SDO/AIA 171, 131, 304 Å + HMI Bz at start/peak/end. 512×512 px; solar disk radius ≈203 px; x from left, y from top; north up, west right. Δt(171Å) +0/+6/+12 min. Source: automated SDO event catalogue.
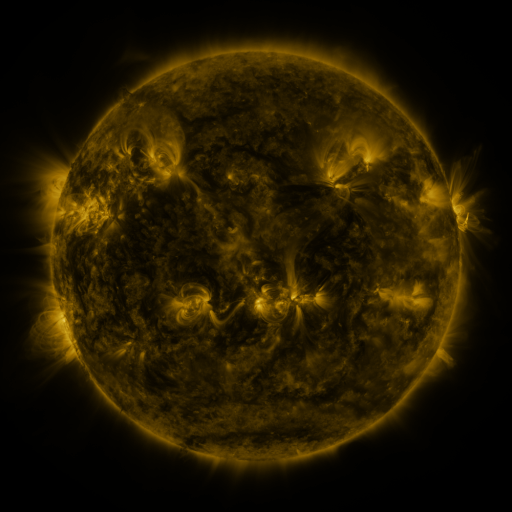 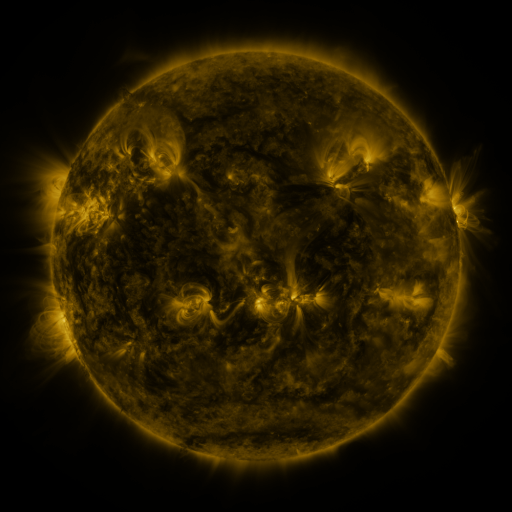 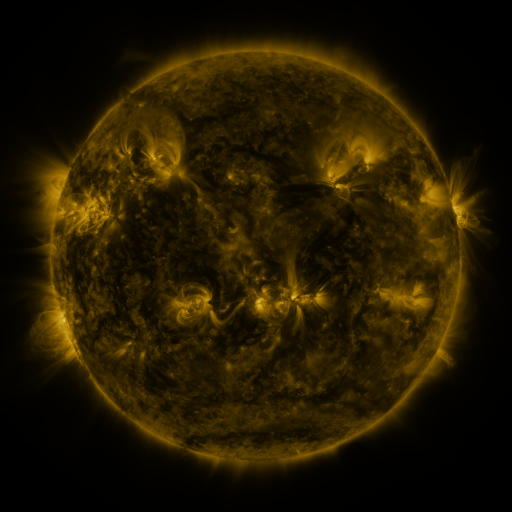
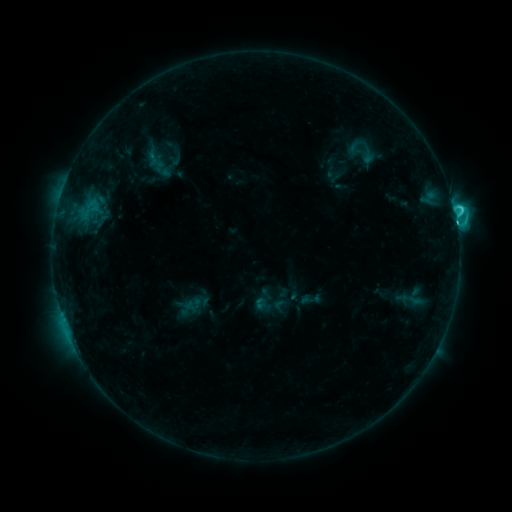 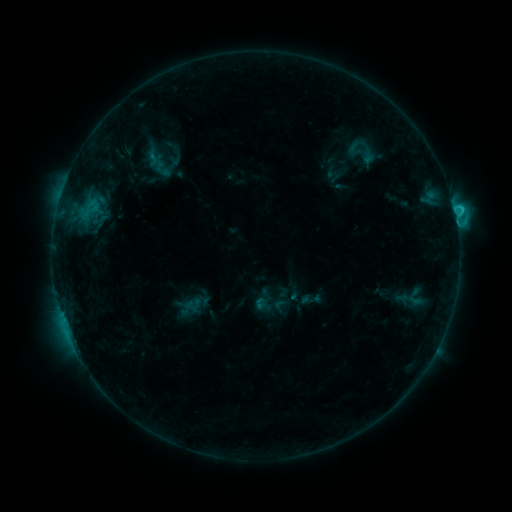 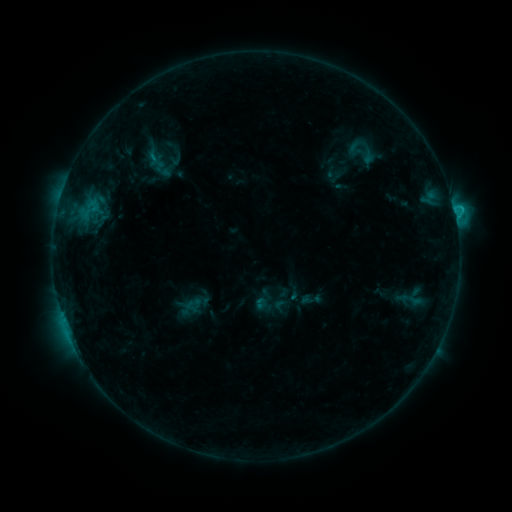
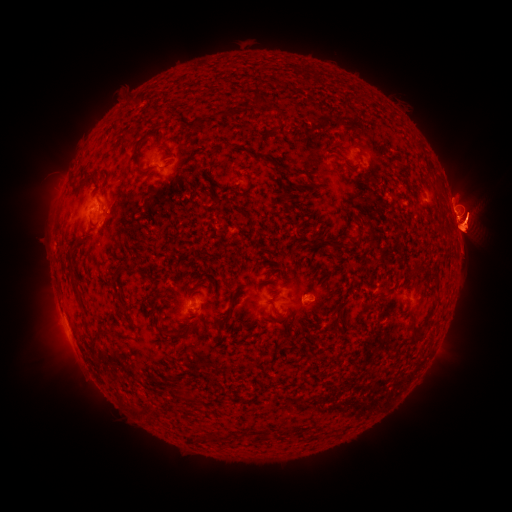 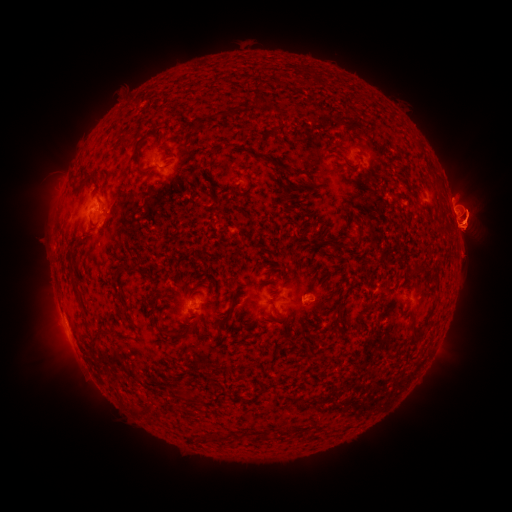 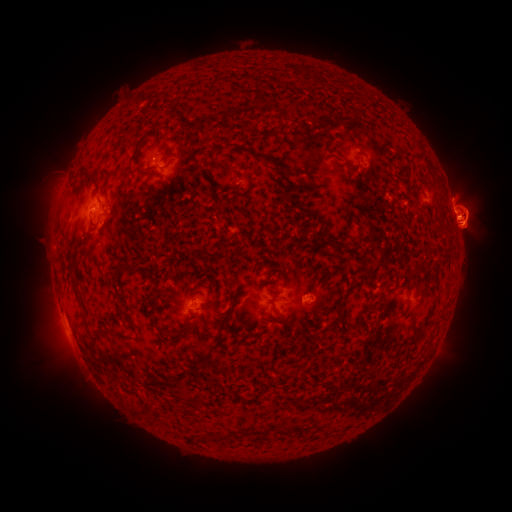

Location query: eruption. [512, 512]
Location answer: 480,222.